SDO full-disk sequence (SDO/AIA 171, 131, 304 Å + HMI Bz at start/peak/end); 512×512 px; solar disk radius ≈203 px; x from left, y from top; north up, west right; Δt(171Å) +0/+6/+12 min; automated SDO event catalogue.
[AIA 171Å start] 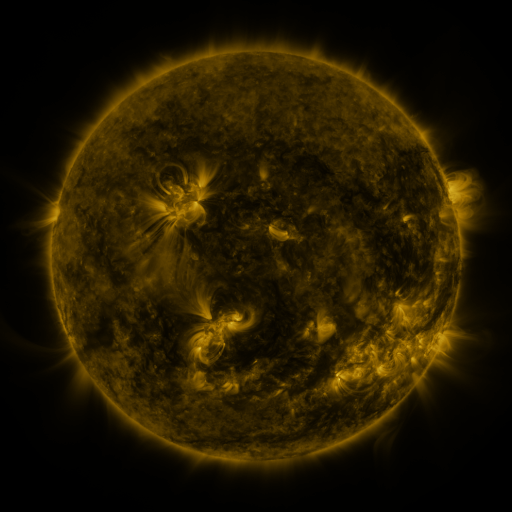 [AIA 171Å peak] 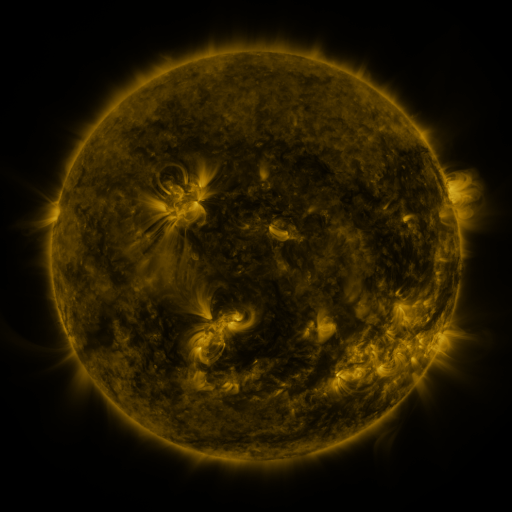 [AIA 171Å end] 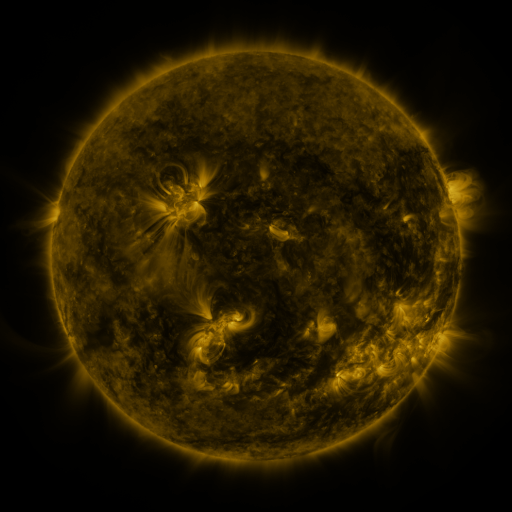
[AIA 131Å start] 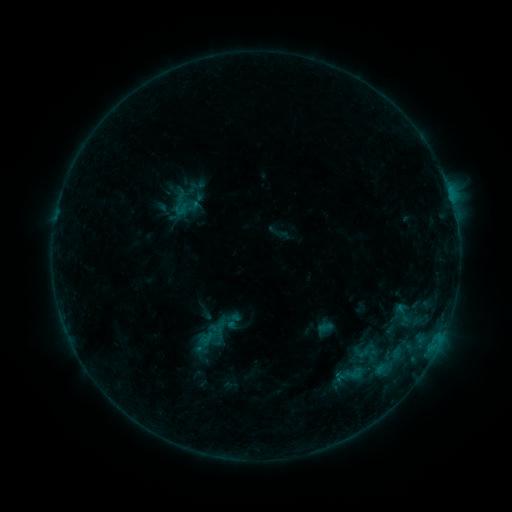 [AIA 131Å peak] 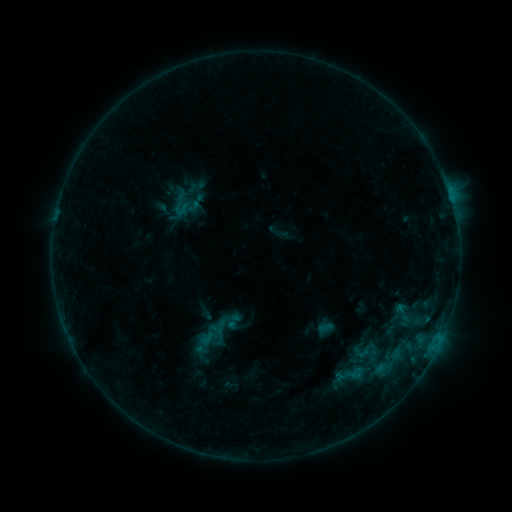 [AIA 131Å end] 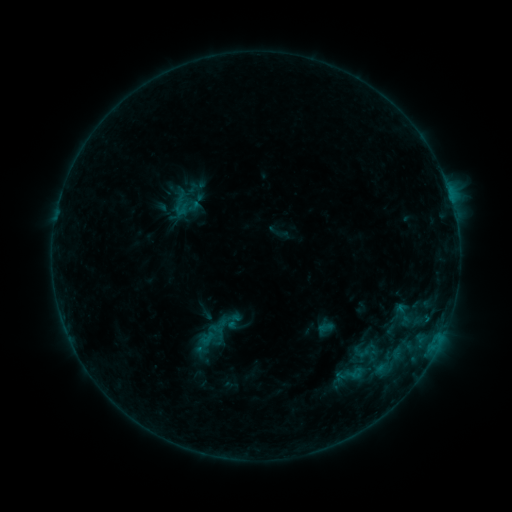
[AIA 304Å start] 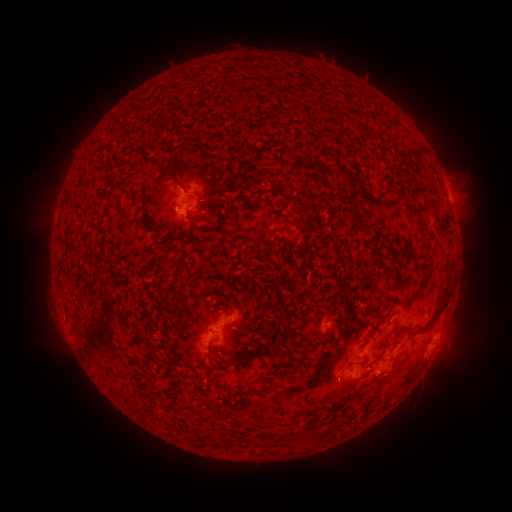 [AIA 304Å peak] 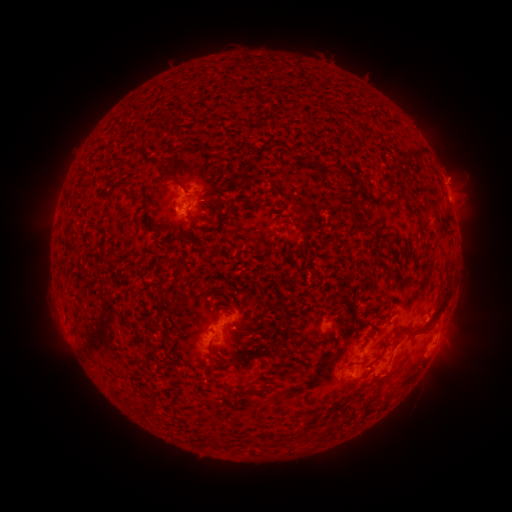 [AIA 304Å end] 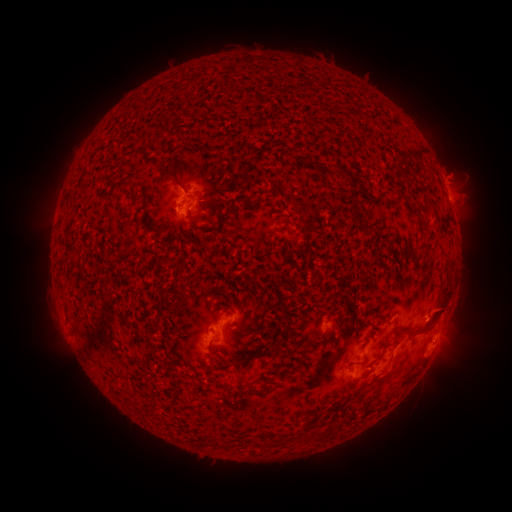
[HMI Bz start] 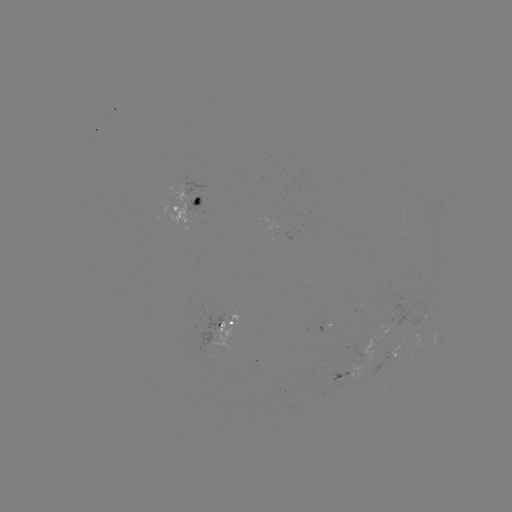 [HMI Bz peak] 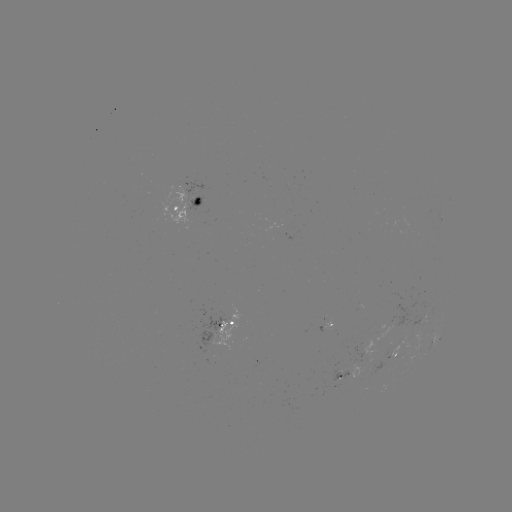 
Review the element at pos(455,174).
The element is eruption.